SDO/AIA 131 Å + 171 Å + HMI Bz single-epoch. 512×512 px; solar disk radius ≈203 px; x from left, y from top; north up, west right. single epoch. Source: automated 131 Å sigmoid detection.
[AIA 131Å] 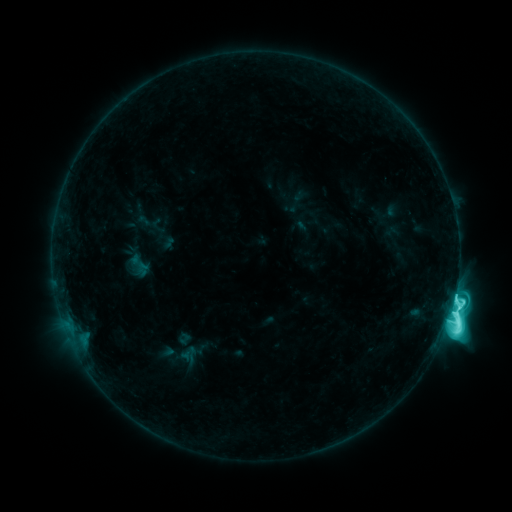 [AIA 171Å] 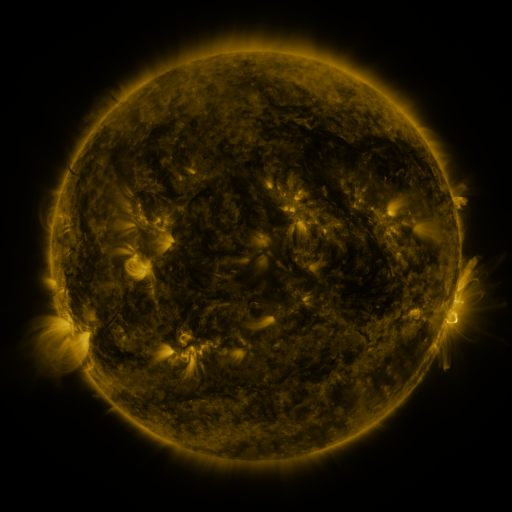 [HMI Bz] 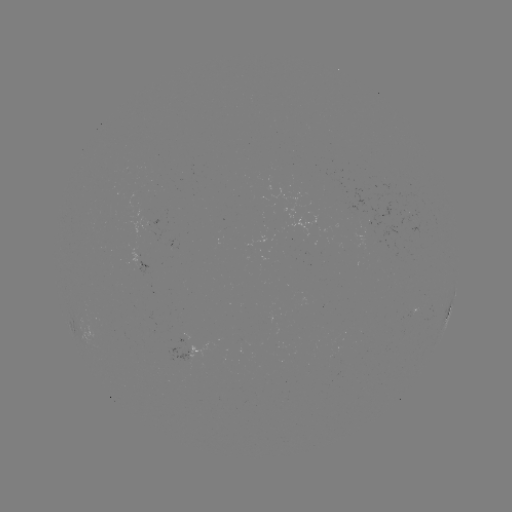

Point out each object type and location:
sigmoid: <bbox>125, 249, 153, 282</bbox>
